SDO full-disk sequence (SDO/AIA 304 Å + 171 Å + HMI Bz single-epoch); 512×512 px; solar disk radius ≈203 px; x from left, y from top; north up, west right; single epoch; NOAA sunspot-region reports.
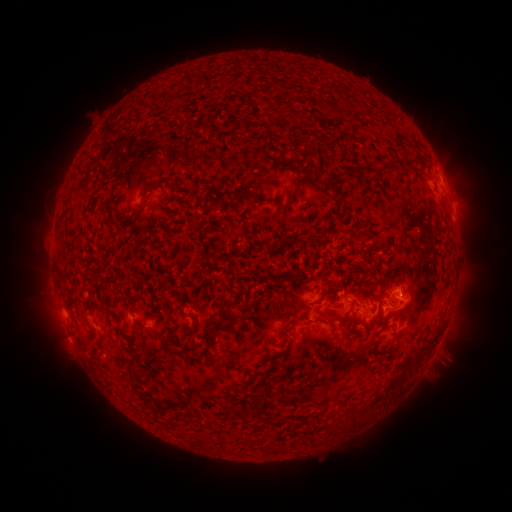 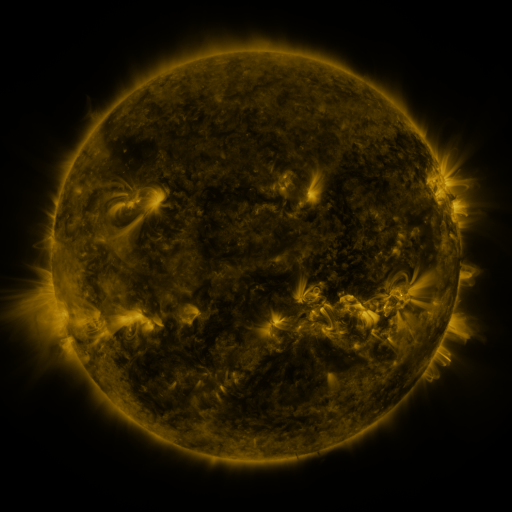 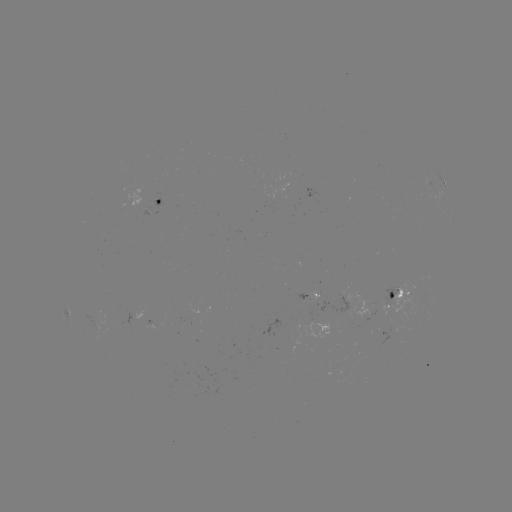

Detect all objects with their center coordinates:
spotted active region: (443, 186)
spotted active region: (160, 202)
spotted active region: (401, 297)
spotted active region: (311, 299)
